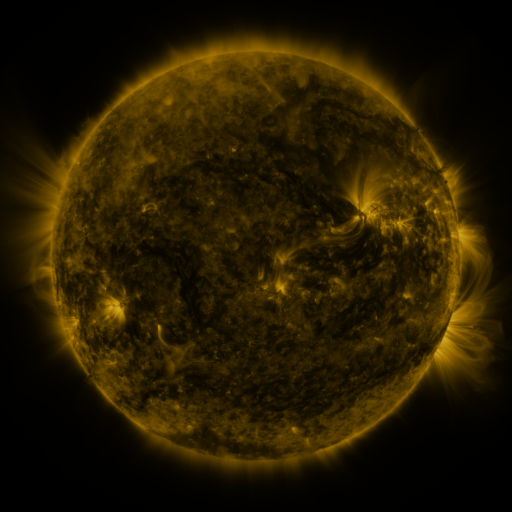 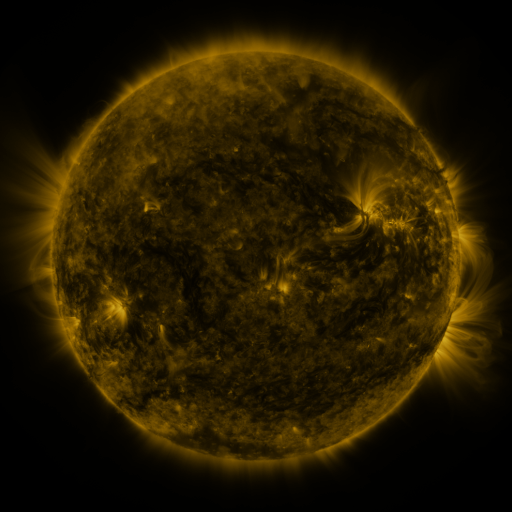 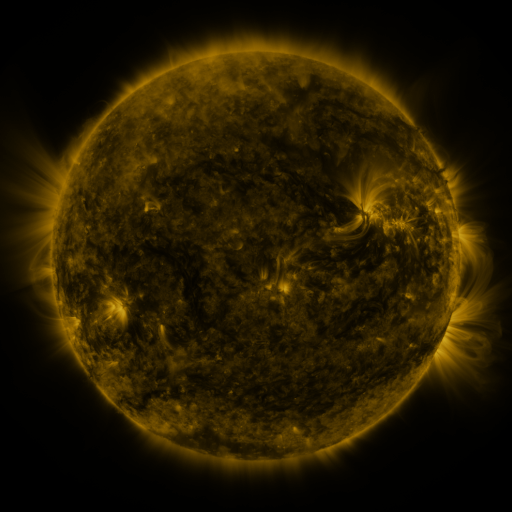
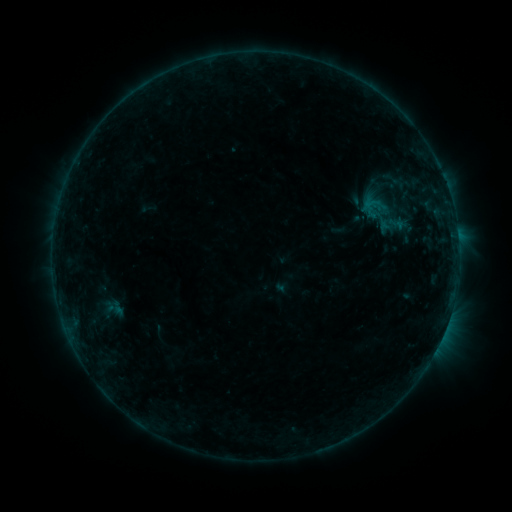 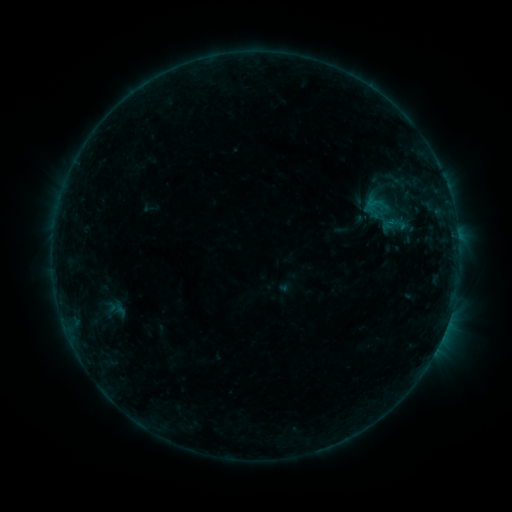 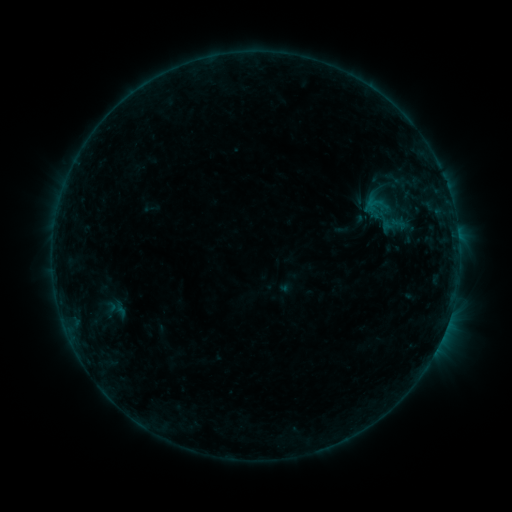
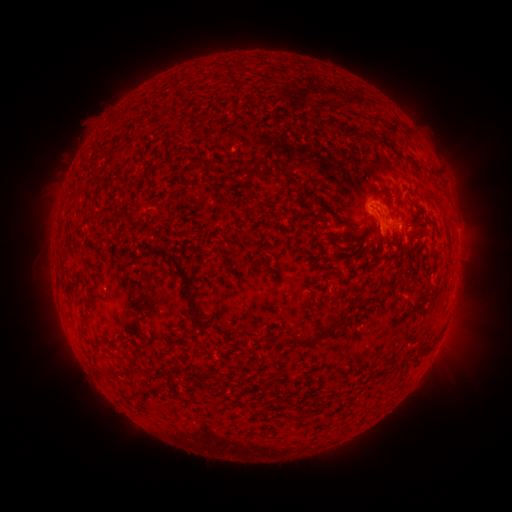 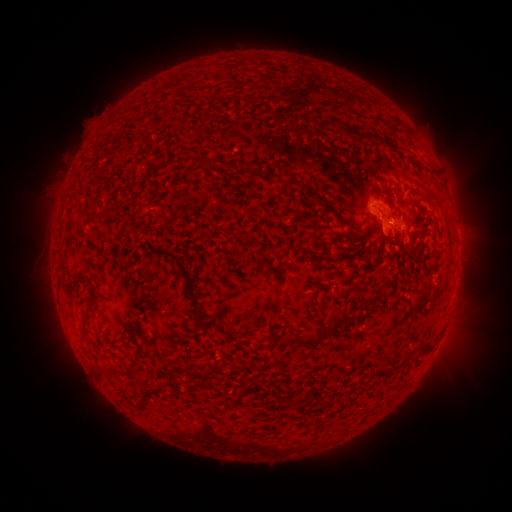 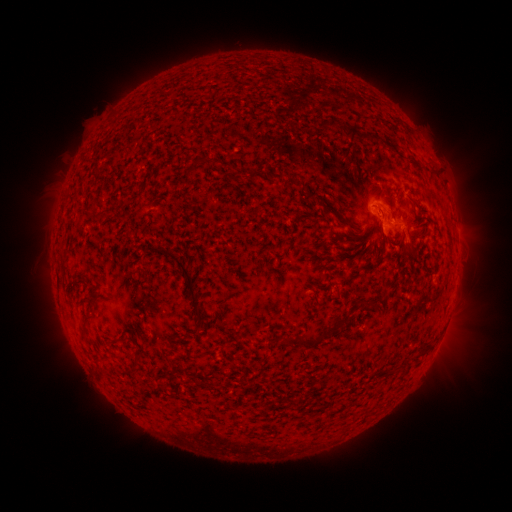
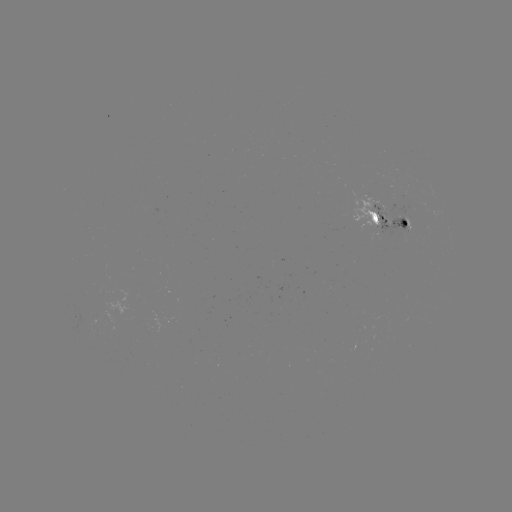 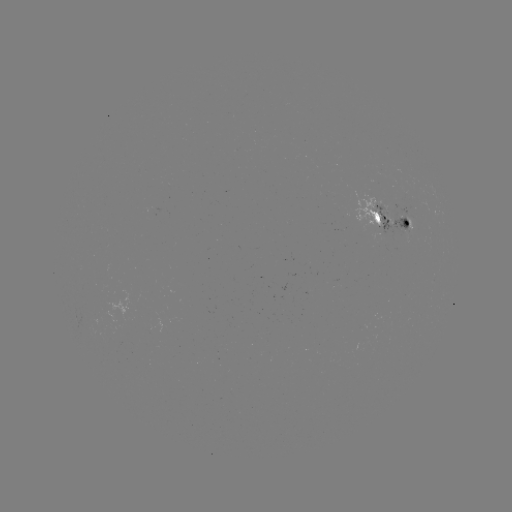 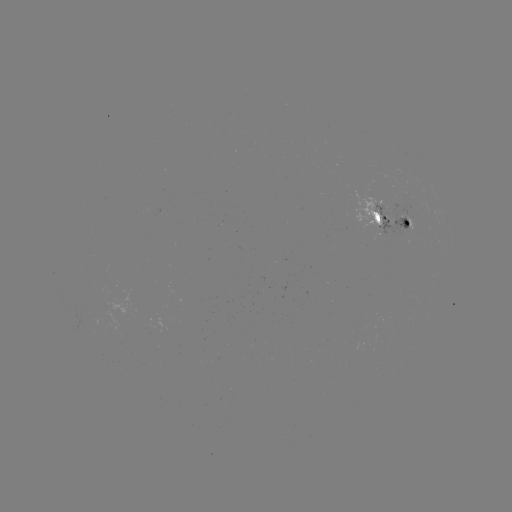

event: emerging-flux region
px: (391, 219)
